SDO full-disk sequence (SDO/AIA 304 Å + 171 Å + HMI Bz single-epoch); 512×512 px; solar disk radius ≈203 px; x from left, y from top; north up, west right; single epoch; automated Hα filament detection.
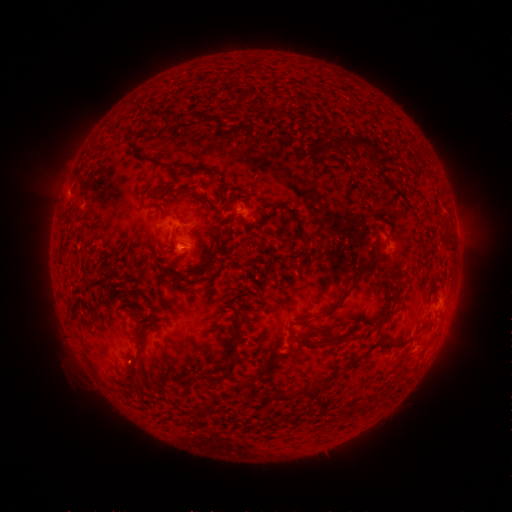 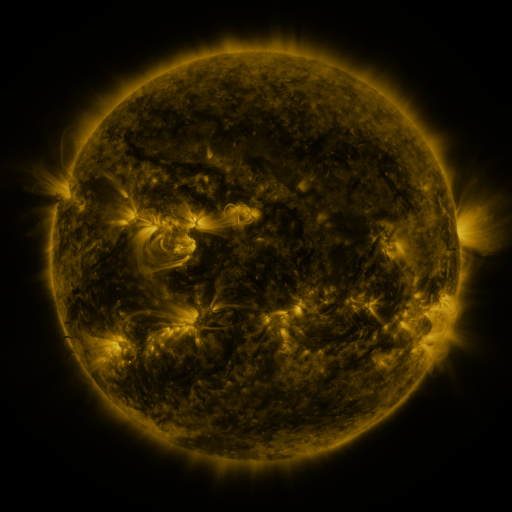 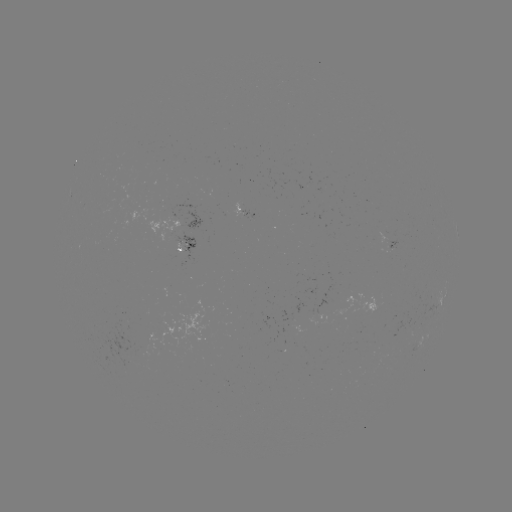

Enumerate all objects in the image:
filament: [176, 96, 185, 104]
filament: [131, 100, 141, 110]
filament: [193, 113, 214, 123]
filament: [333, 136, 377, 155]
filament: [160, 162, 171, 169]
filament: [154, 202, 169, 215]
filament: [303, 239, 313, 249]
filament: [353, 259, 376, 282]
filament: [382, 265, 393, 275]
filament: [180, 270, 192, 280]
filament: [319, 295, 342, 318]
filament: [128, 325, 146, 372]
filament: [286, 327, 316, 350]
filament: [206, 332, 243, 382]
filament: [324, 333, 338, 347]
filament: [307, 383, 322, 395]
filament: [278, 390, 290, 400]
